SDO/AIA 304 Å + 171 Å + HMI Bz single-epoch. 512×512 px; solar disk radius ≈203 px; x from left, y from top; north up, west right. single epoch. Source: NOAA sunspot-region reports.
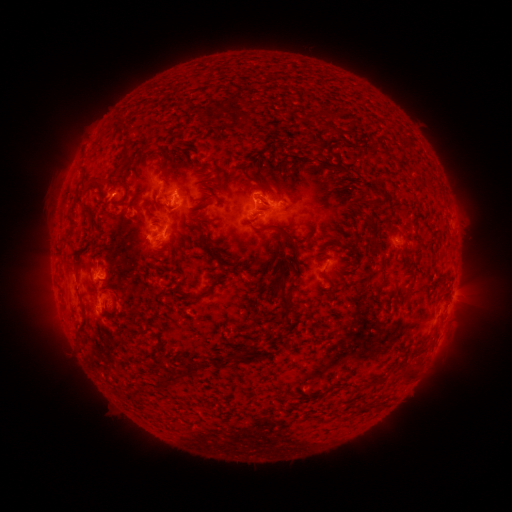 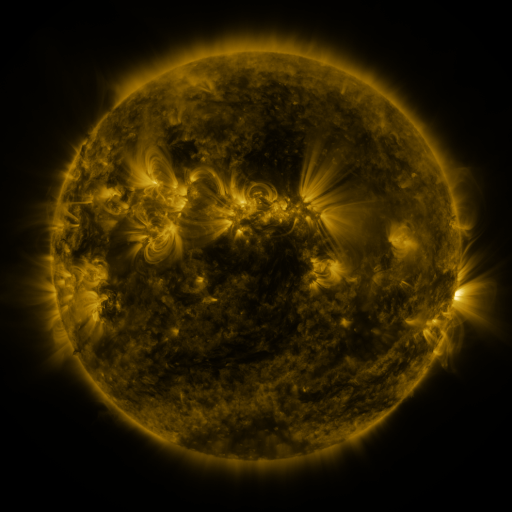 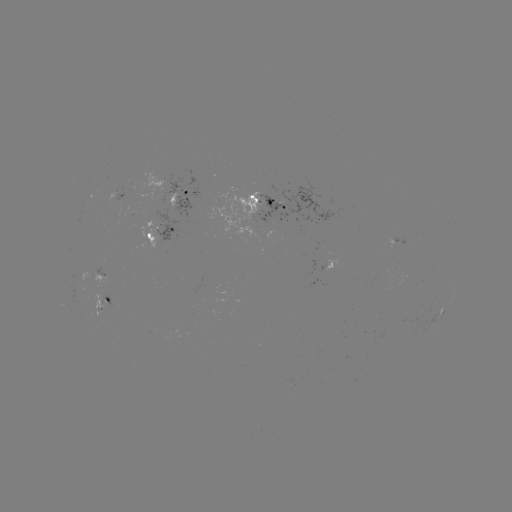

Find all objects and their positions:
spotted active region: (118, 196)
spotted active region: (182, 200)
spotted active region: (269, 203)
spotted active region: (163, 238)
spotted active region: (399, 242)
spotted active region: (329, 267)
spotted active region: (103, 277)
spotted active region: (108, 302)
spotted active region: (442, 312)
